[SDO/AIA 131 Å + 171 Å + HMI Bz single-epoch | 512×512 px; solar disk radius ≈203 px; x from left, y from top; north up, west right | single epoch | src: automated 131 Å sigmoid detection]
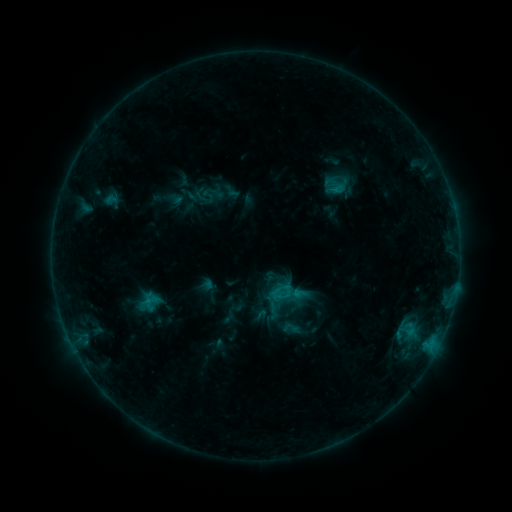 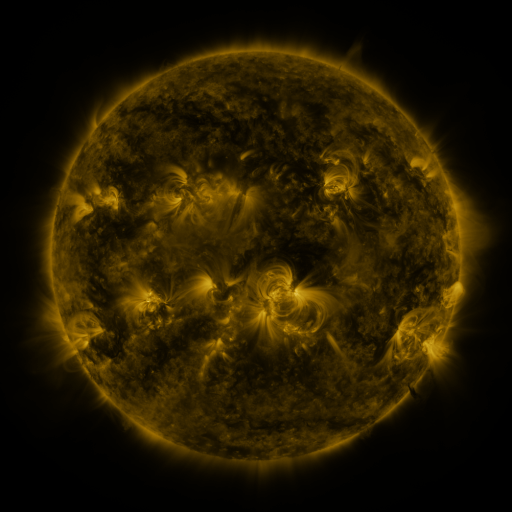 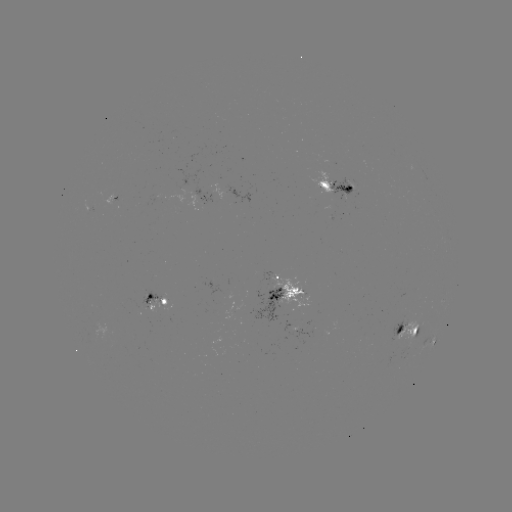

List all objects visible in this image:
sigmoid: (290, 328)
